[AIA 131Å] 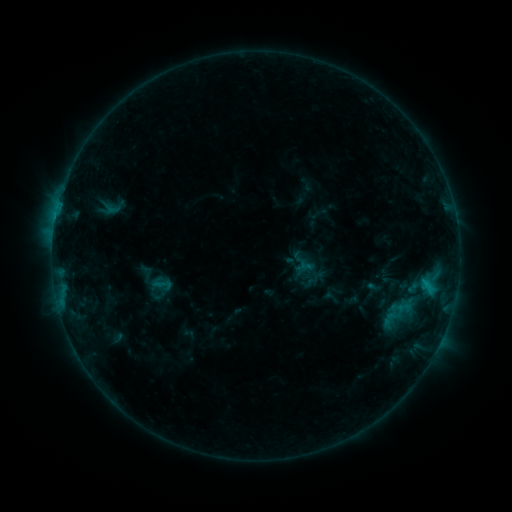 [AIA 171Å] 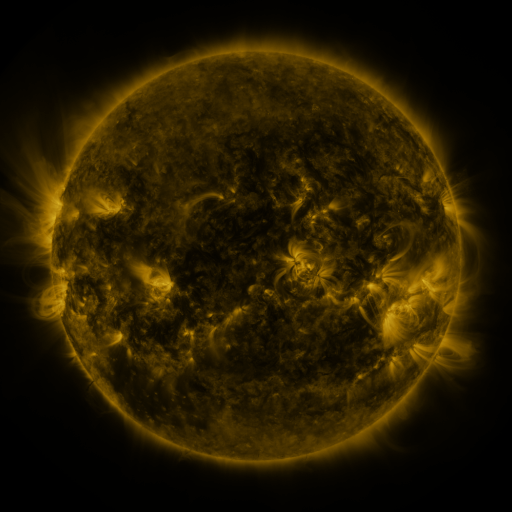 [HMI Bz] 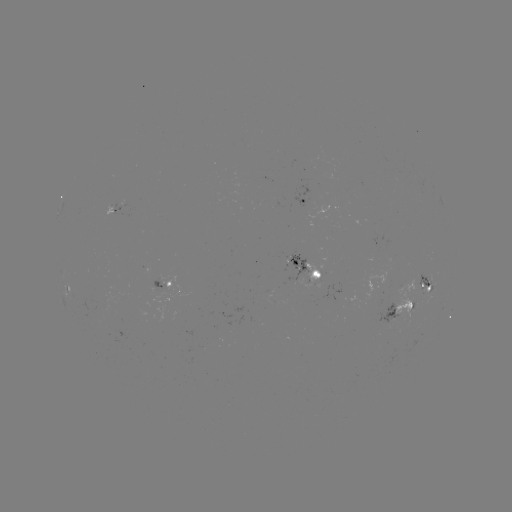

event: sigmoid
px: (162, 284)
